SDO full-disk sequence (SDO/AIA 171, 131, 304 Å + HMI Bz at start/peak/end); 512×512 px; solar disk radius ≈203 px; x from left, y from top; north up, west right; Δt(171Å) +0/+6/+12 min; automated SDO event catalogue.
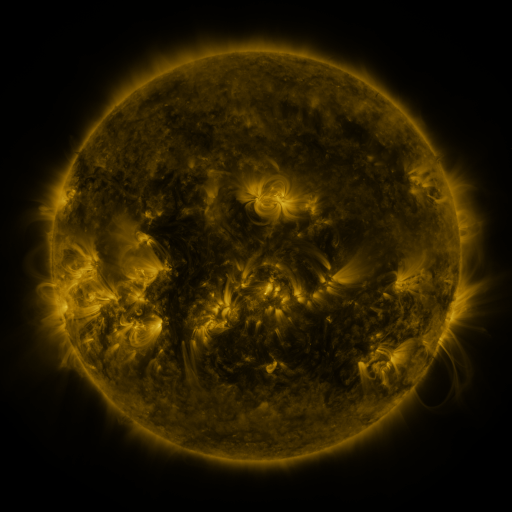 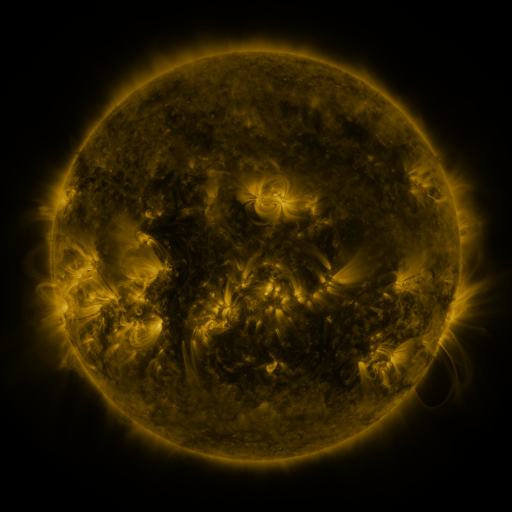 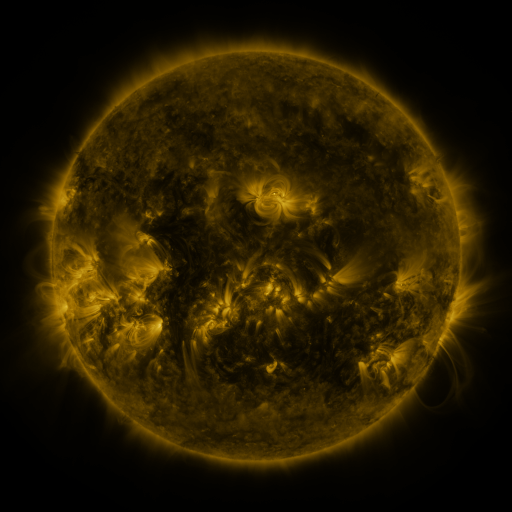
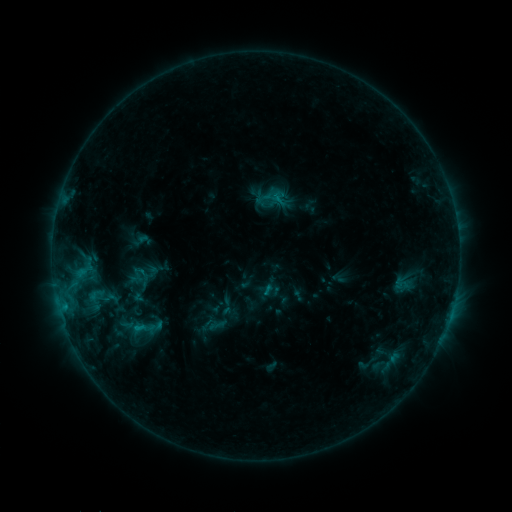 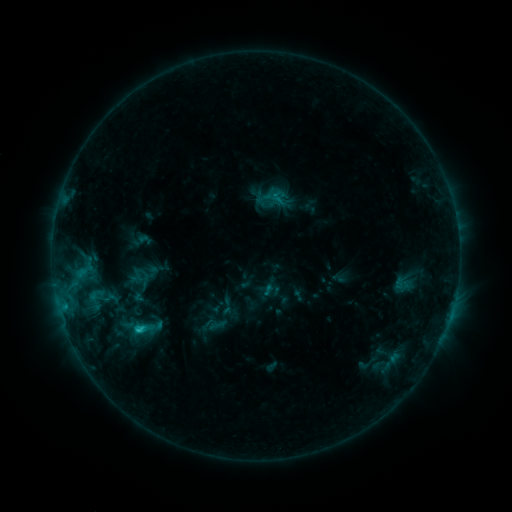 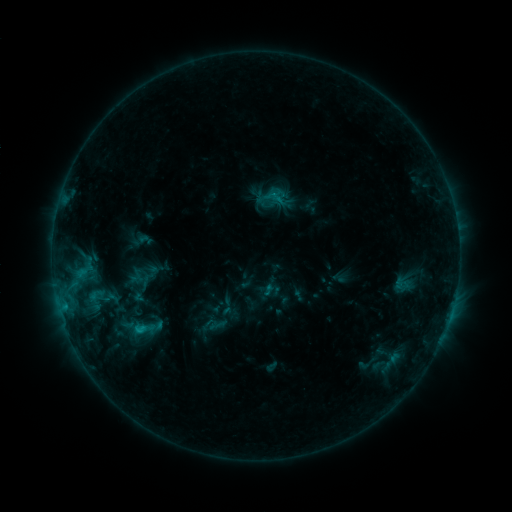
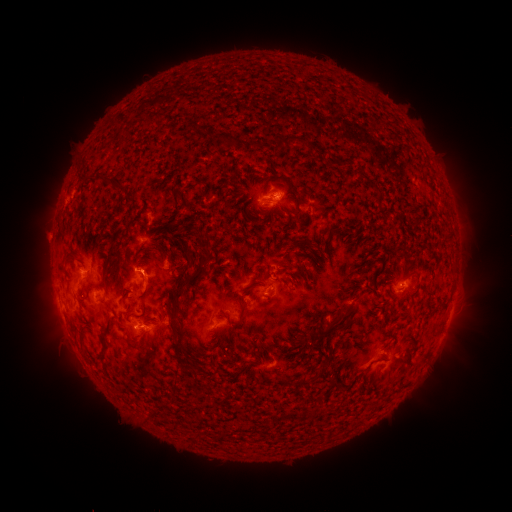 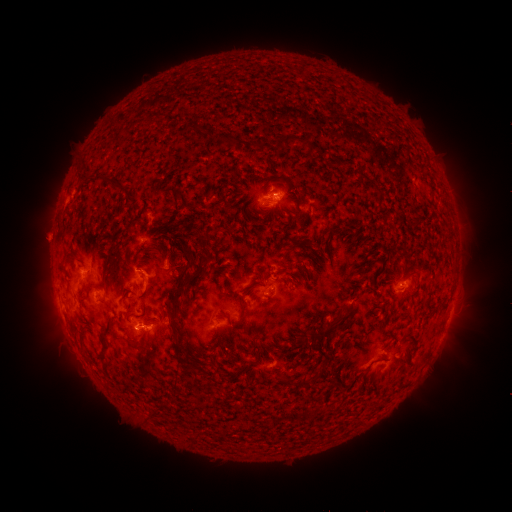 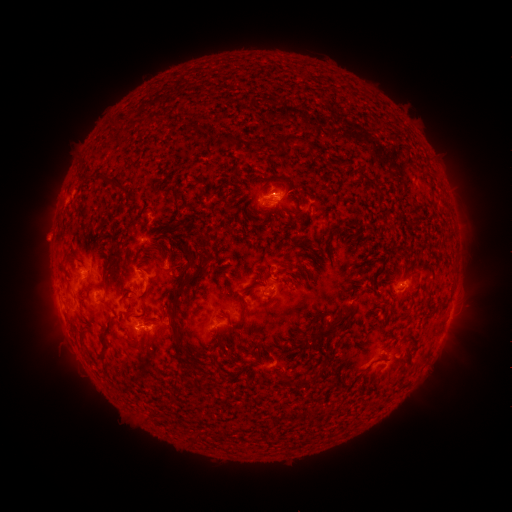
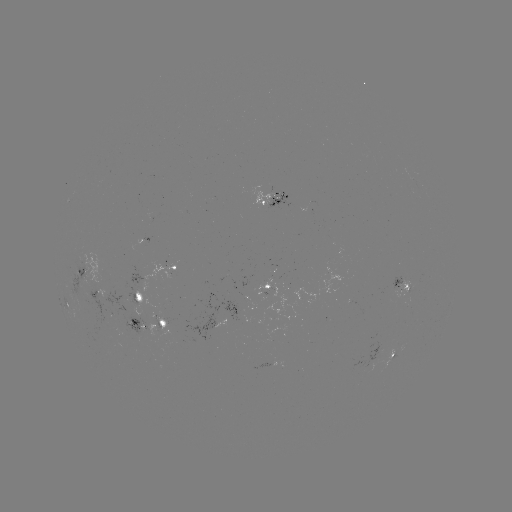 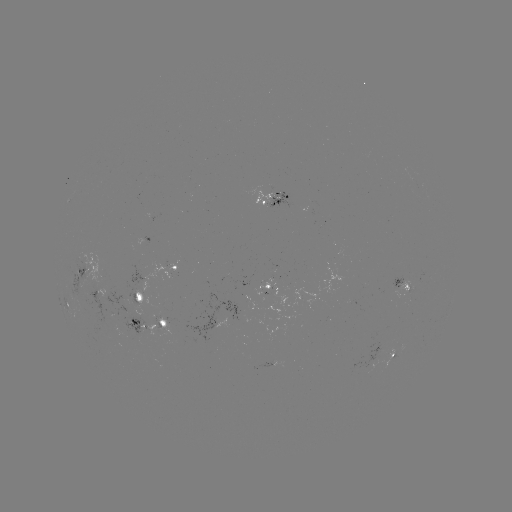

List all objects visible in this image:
C1.2 flare: (139, 328)
